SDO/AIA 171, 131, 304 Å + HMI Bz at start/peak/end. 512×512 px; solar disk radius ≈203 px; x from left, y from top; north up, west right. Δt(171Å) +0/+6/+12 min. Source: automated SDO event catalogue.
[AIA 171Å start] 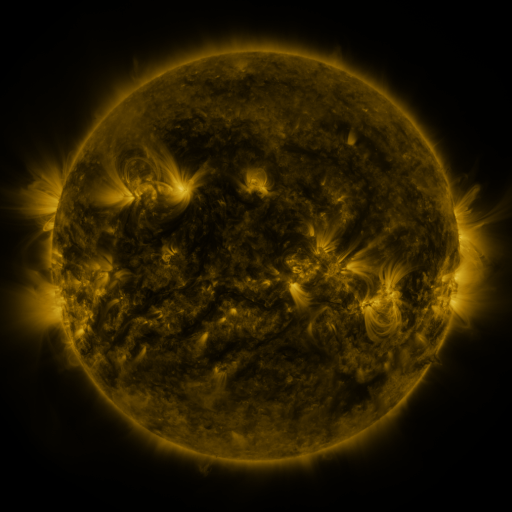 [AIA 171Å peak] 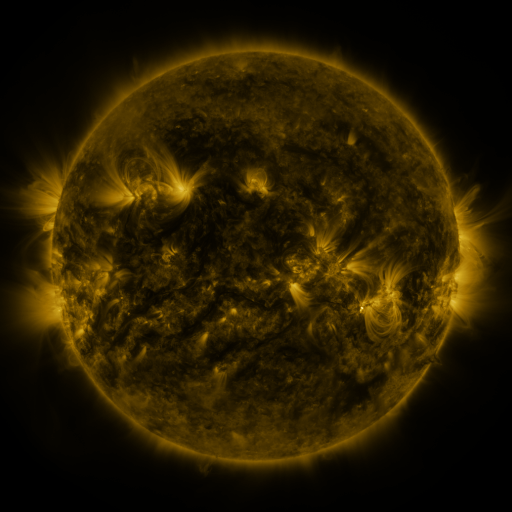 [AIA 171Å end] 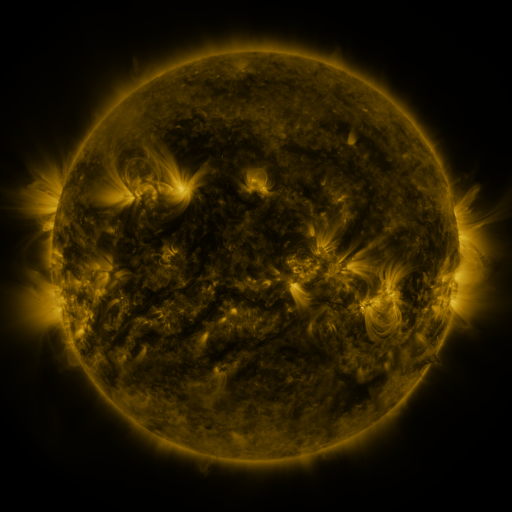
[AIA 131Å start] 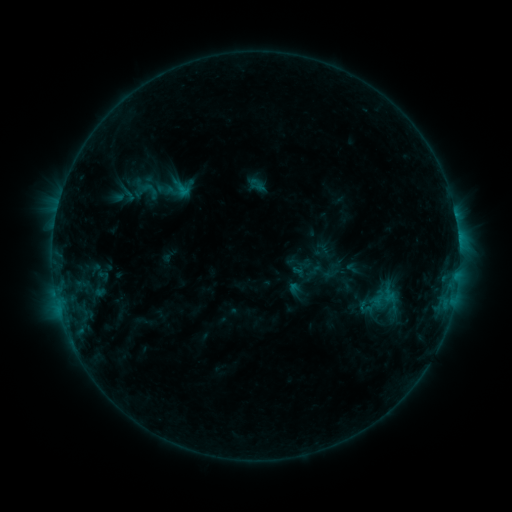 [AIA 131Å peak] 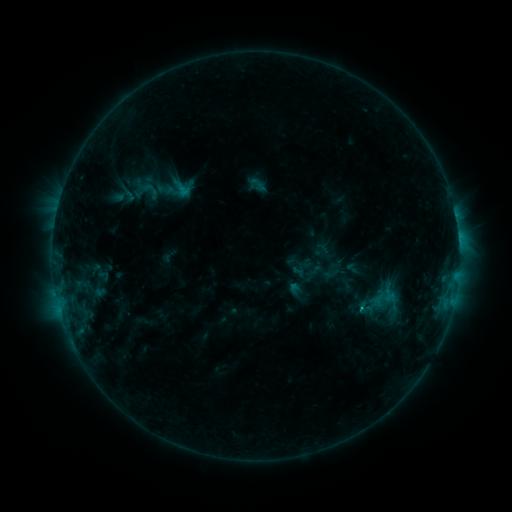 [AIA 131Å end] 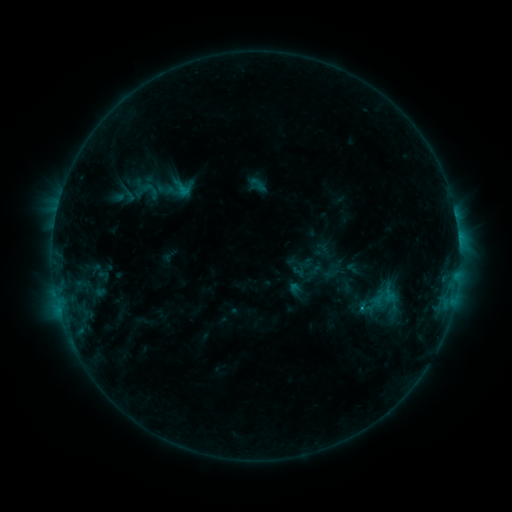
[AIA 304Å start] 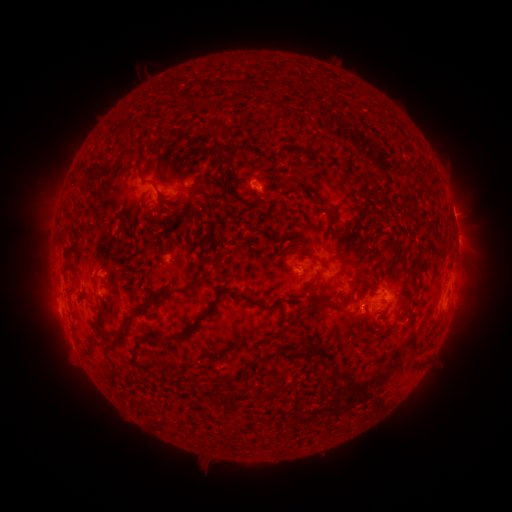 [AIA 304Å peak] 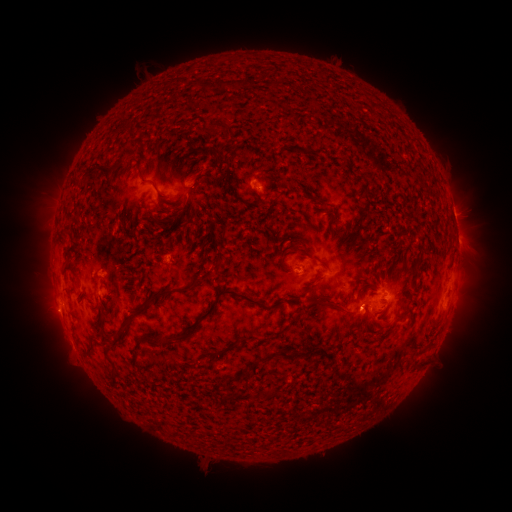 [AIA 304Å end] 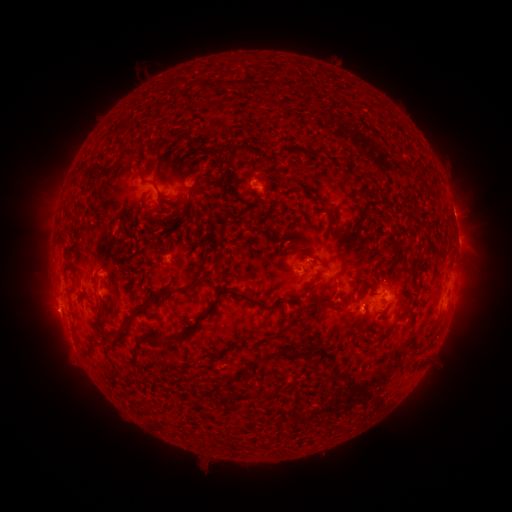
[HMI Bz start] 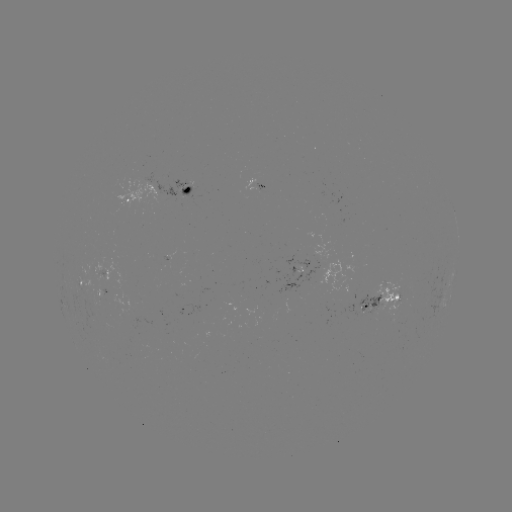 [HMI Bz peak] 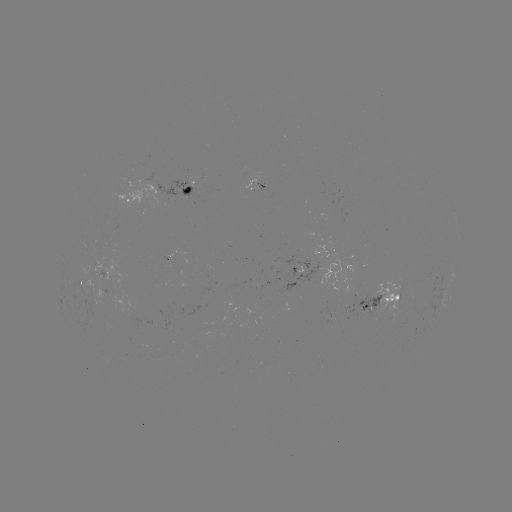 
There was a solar flare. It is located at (359, 308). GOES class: C1.4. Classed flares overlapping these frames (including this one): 1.